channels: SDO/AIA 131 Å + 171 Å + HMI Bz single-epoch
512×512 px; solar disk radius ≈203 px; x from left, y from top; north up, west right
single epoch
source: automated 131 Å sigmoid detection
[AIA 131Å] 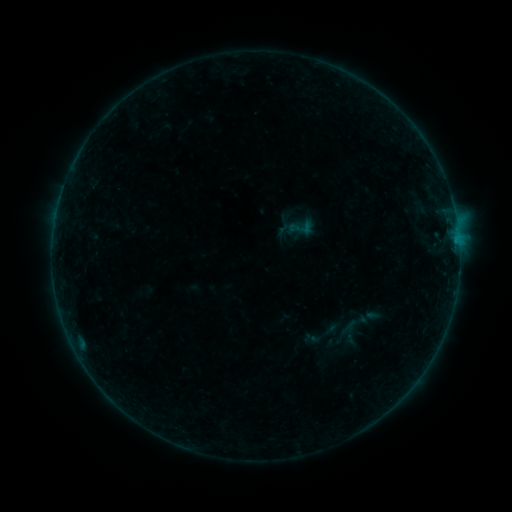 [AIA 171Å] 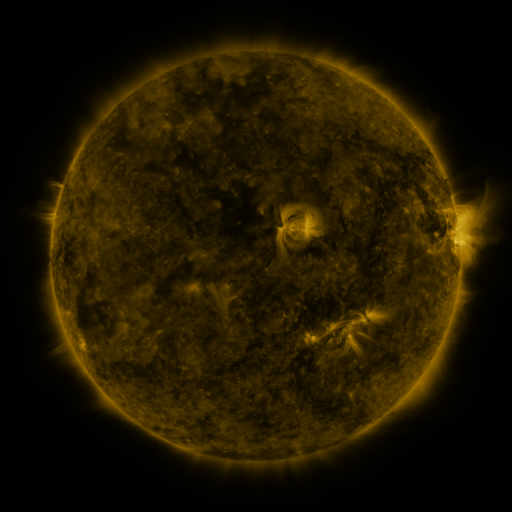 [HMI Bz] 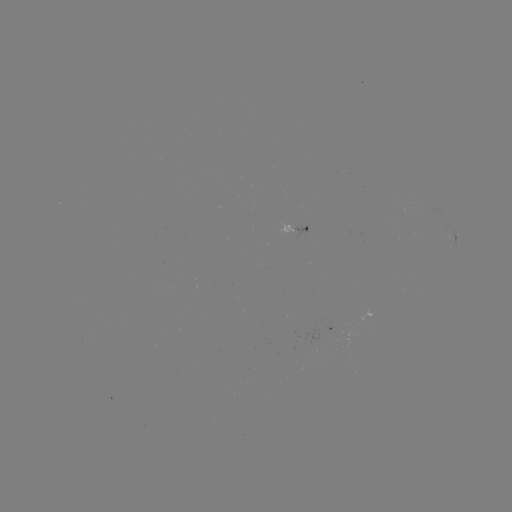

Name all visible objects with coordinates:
sigmoid: (302, 227)
sigmoid: (355, 324)
